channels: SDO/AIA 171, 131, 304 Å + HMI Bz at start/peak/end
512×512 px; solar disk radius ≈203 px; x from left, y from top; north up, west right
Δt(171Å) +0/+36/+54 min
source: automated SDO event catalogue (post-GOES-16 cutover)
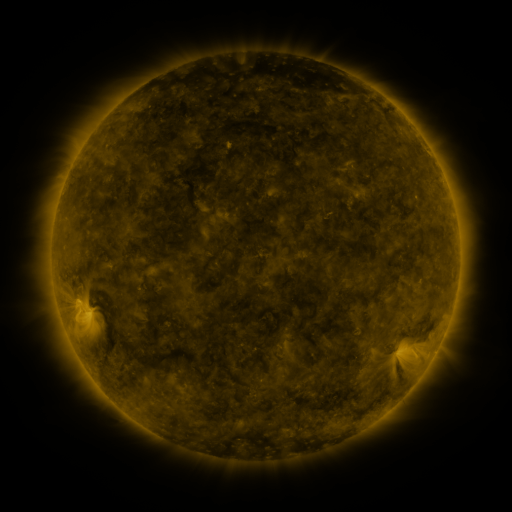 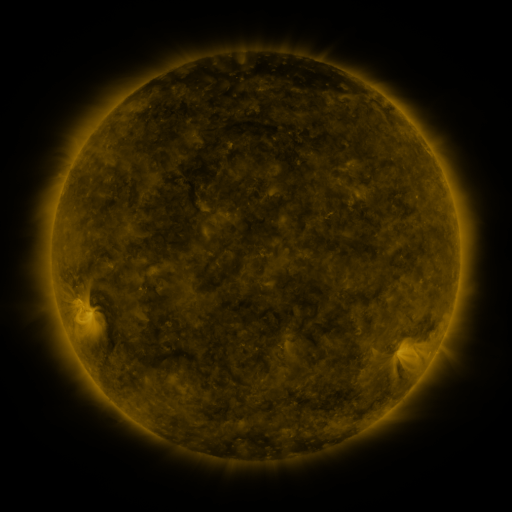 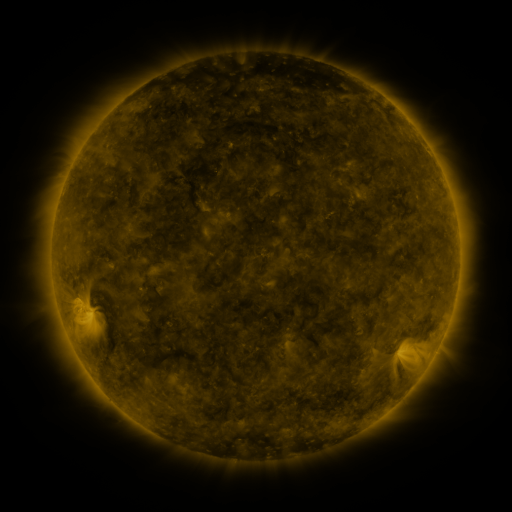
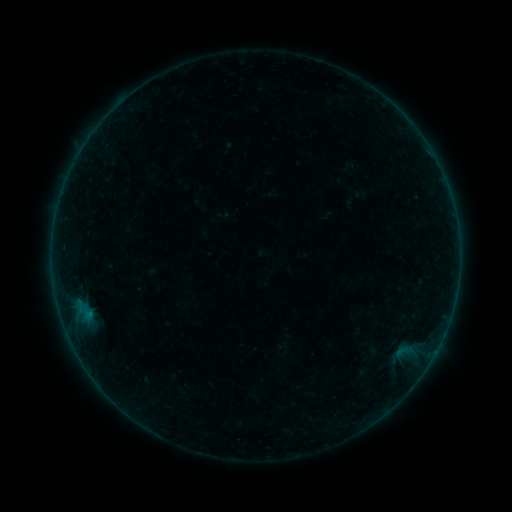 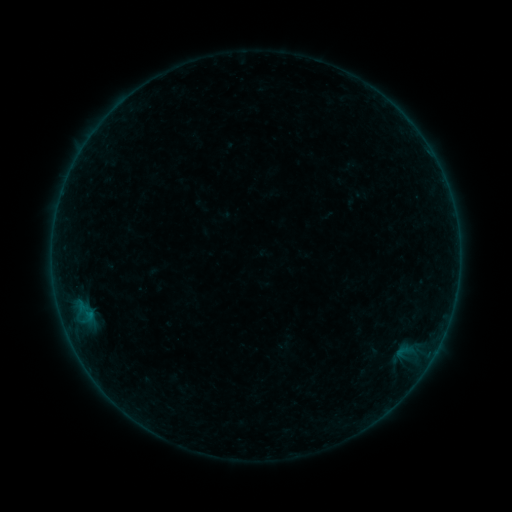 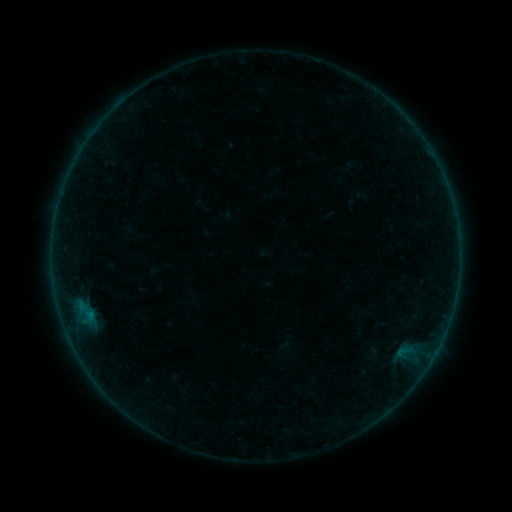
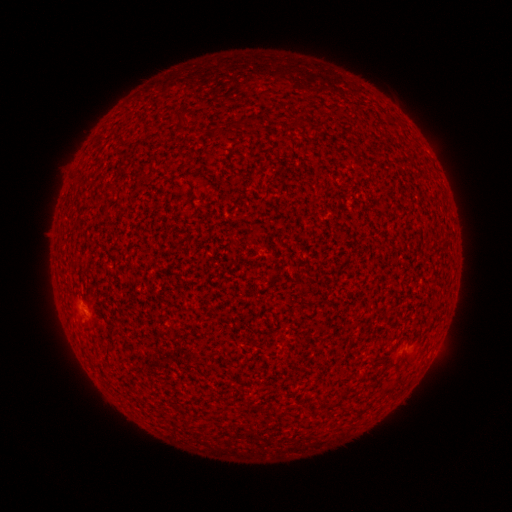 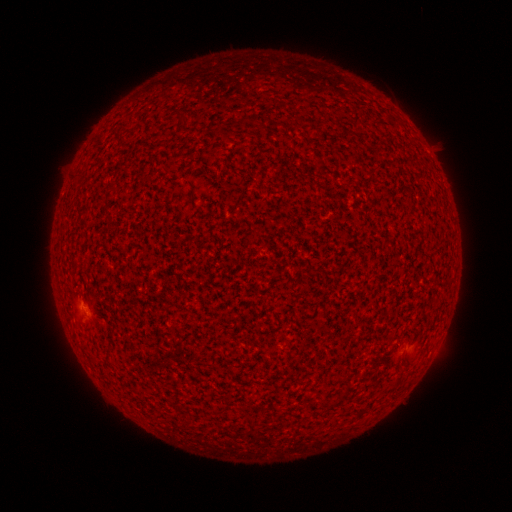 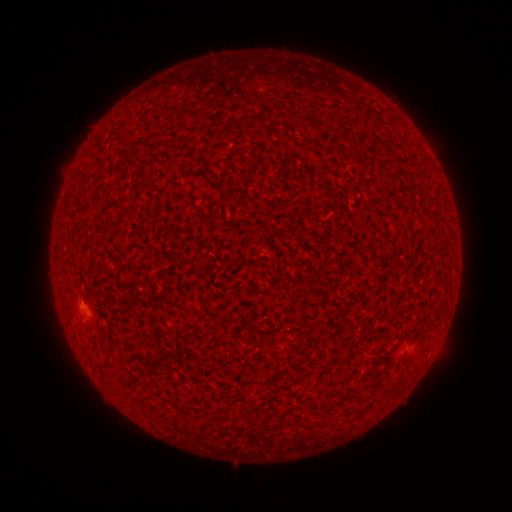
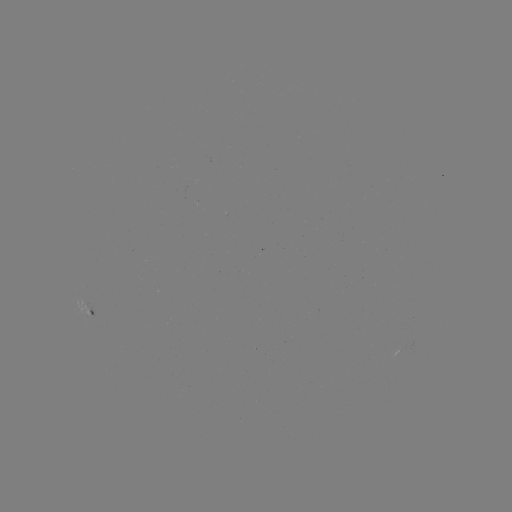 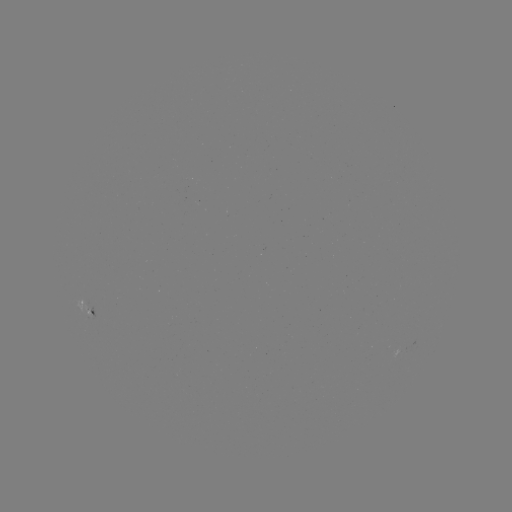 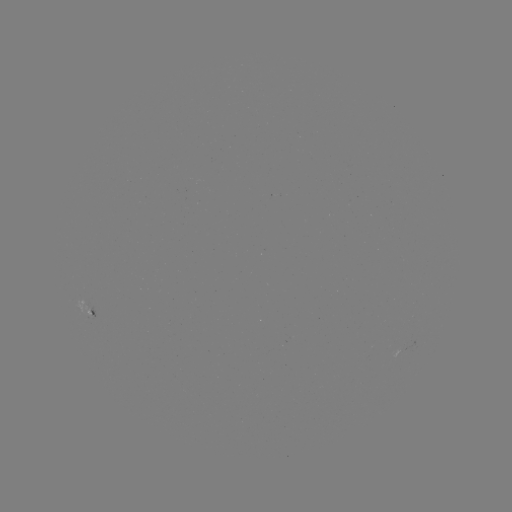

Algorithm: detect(A4.1 flare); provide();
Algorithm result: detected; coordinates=(82, 304)